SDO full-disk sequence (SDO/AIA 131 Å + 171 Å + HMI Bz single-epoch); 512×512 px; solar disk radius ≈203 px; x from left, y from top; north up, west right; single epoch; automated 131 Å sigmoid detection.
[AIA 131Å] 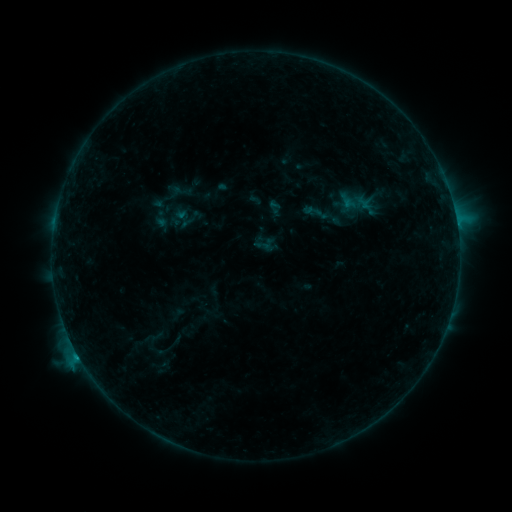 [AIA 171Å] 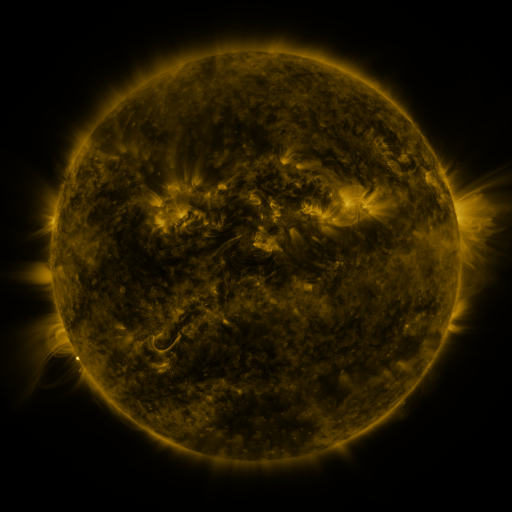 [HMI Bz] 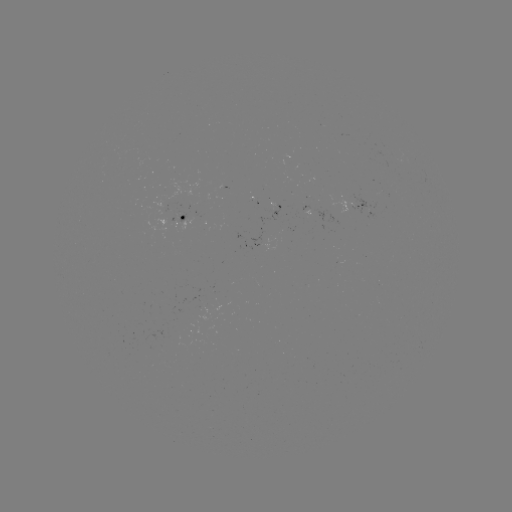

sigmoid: (319, 205, 343, 229)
